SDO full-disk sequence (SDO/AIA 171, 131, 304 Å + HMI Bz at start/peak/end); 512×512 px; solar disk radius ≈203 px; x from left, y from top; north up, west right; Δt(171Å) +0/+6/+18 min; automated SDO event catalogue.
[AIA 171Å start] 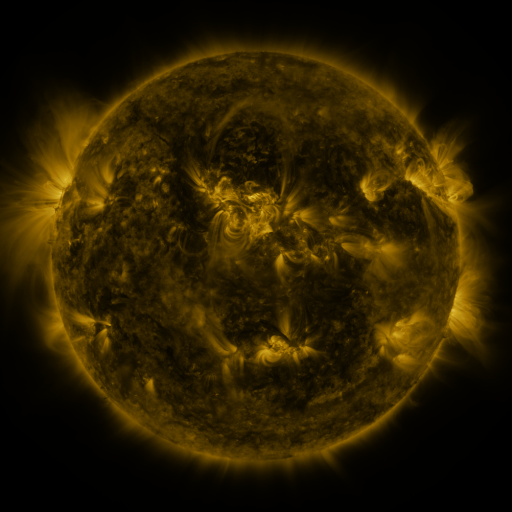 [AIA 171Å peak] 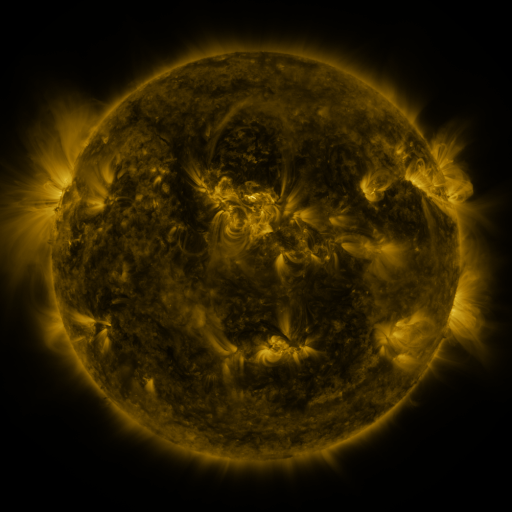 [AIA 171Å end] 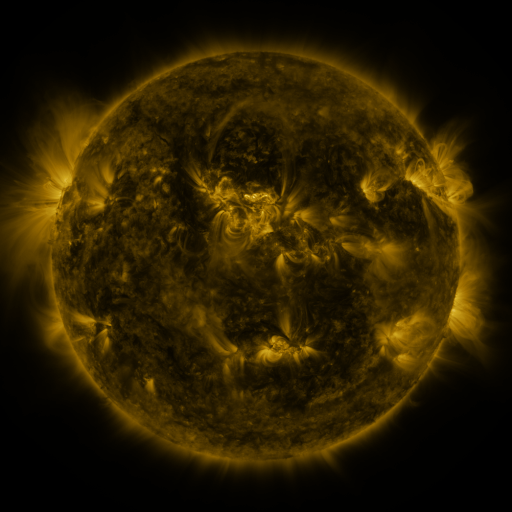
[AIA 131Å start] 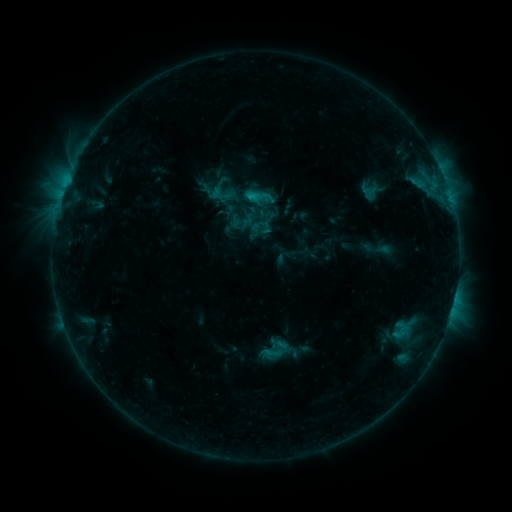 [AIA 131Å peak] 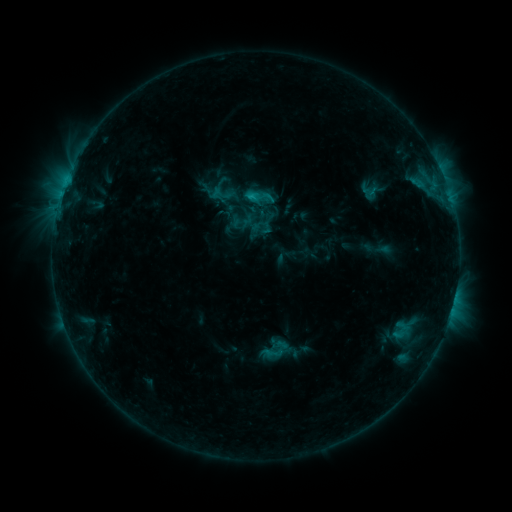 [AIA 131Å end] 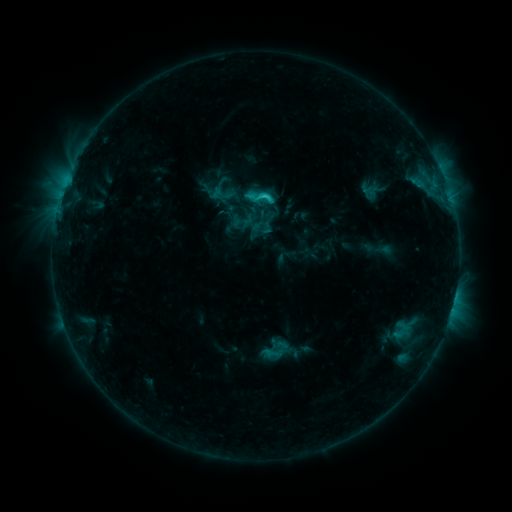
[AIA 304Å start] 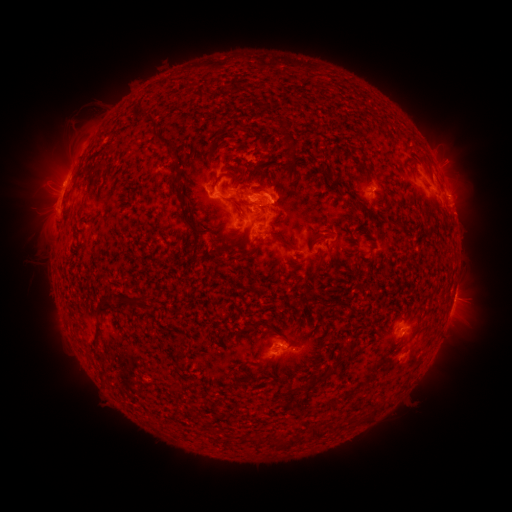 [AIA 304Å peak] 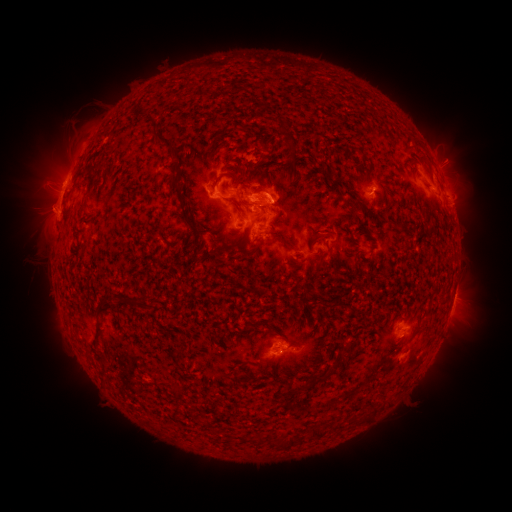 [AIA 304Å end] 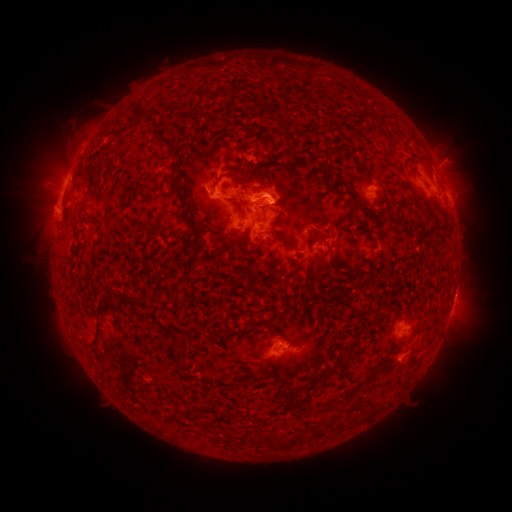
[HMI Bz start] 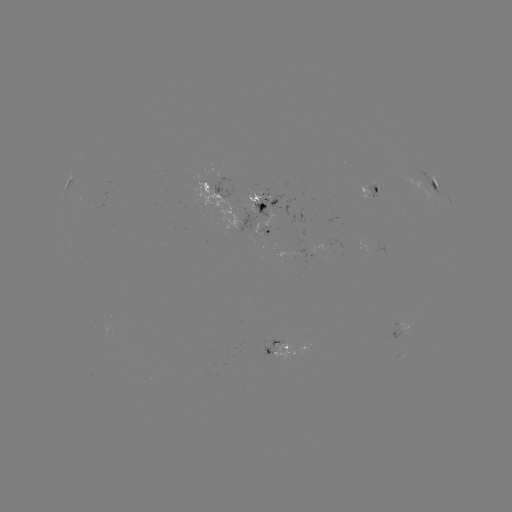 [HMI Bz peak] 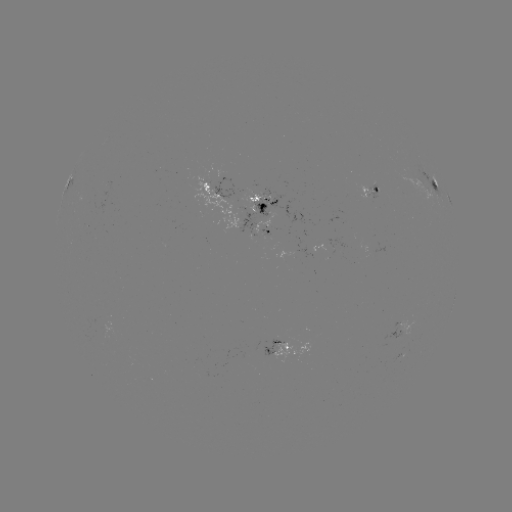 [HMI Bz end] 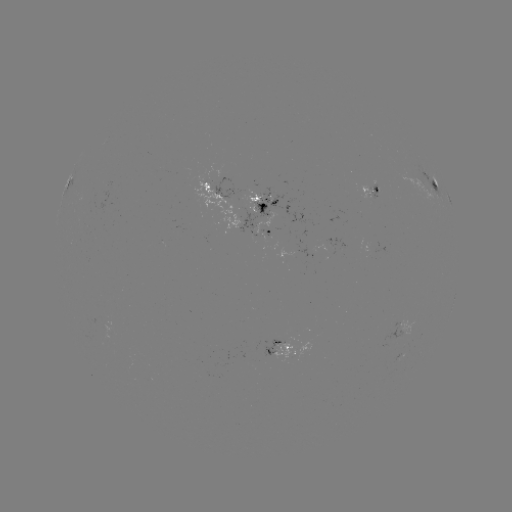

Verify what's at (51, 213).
eruption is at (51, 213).